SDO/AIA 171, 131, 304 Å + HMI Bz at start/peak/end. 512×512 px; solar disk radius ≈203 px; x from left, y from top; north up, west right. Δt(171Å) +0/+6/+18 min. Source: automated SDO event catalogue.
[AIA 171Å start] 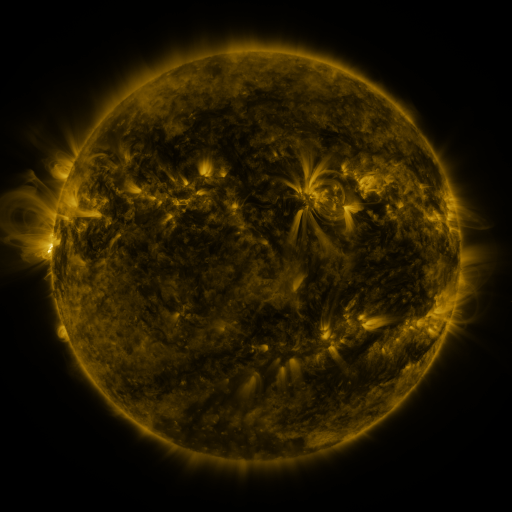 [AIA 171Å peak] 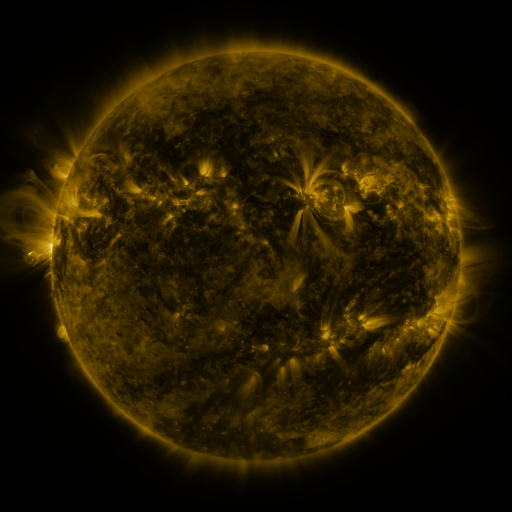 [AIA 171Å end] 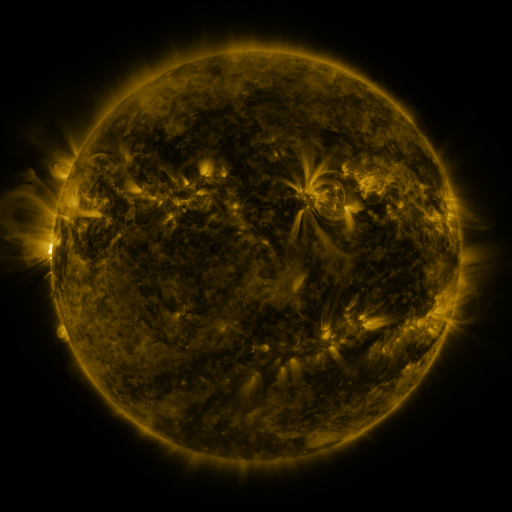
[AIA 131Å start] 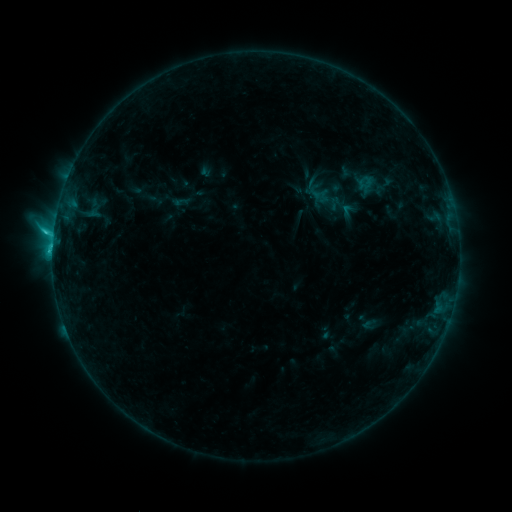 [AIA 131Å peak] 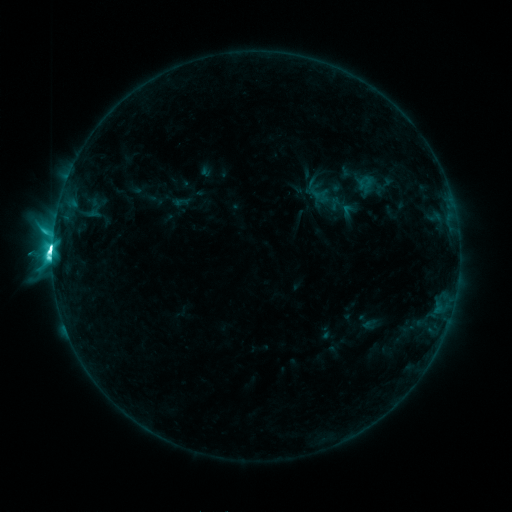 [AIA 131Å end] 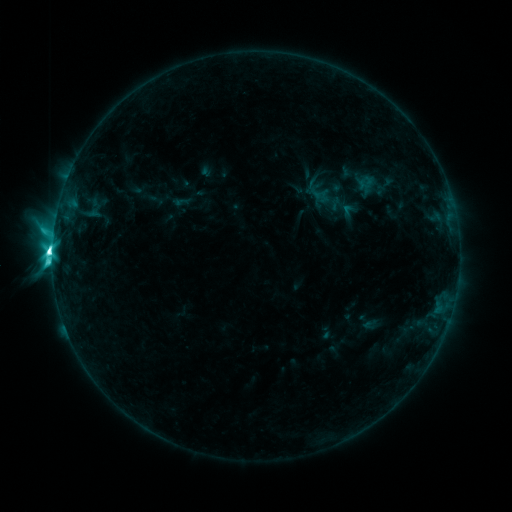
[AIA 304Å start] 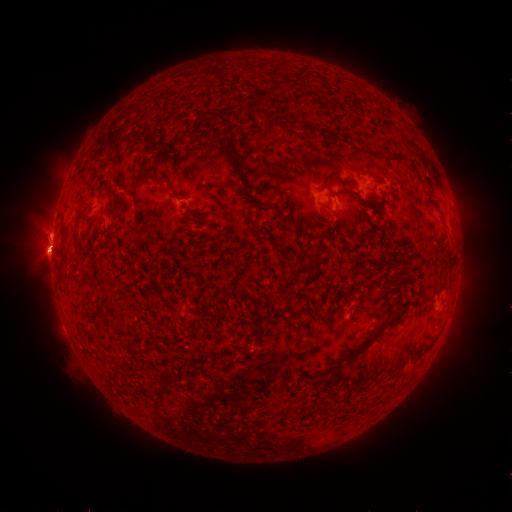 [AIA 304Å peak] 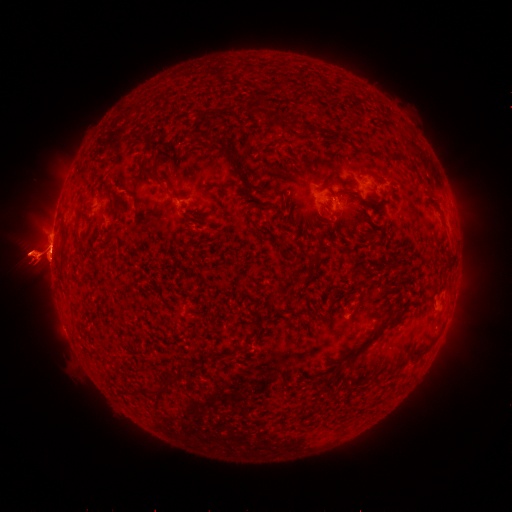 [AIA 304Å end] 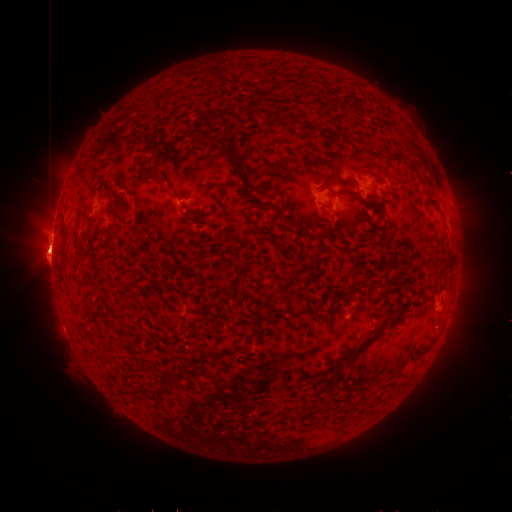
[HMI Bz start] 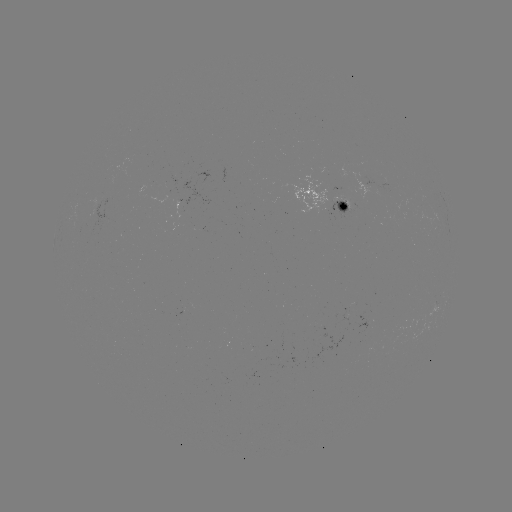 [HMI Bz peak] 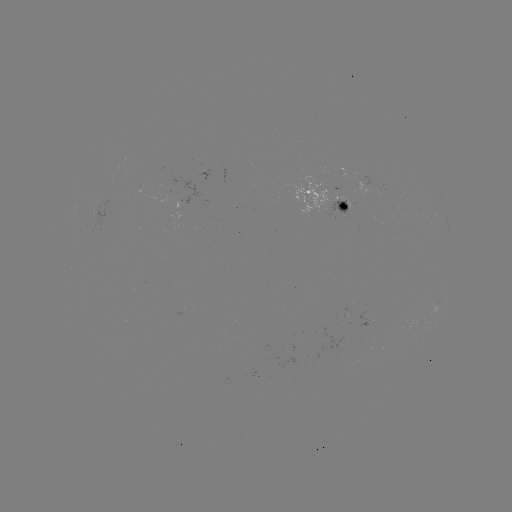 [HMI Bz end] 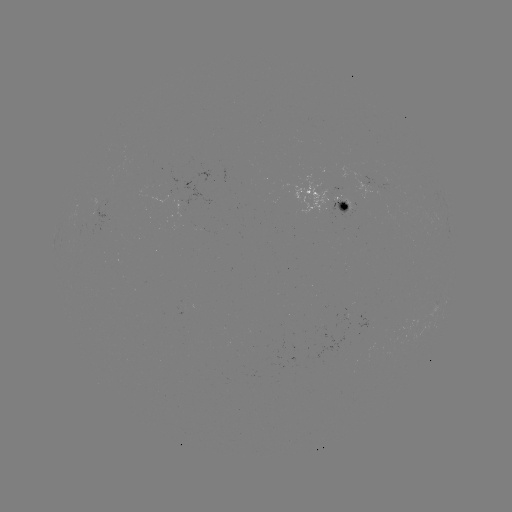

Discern M2.8 flare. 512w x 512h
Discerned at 55,251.